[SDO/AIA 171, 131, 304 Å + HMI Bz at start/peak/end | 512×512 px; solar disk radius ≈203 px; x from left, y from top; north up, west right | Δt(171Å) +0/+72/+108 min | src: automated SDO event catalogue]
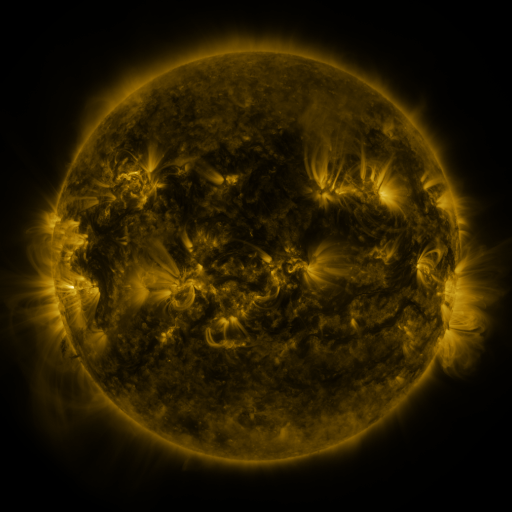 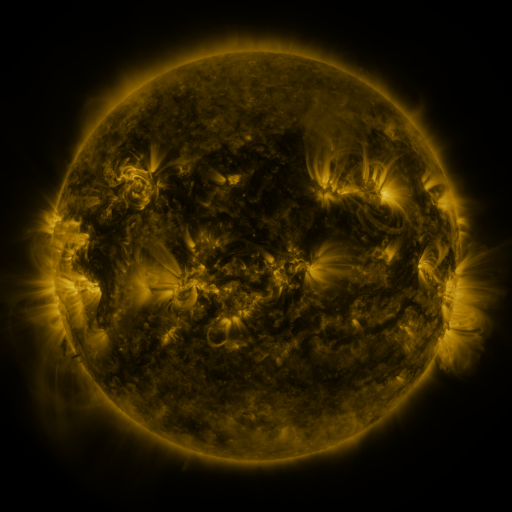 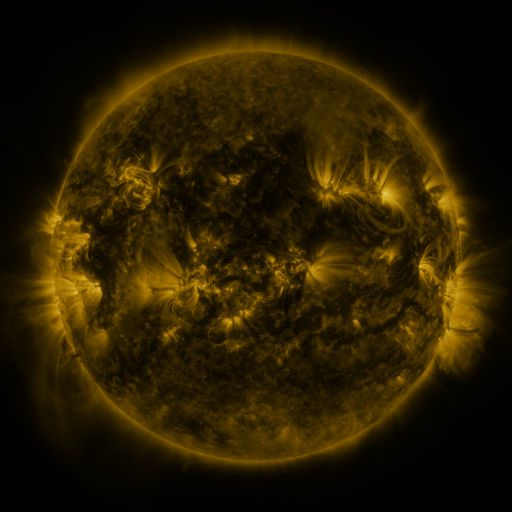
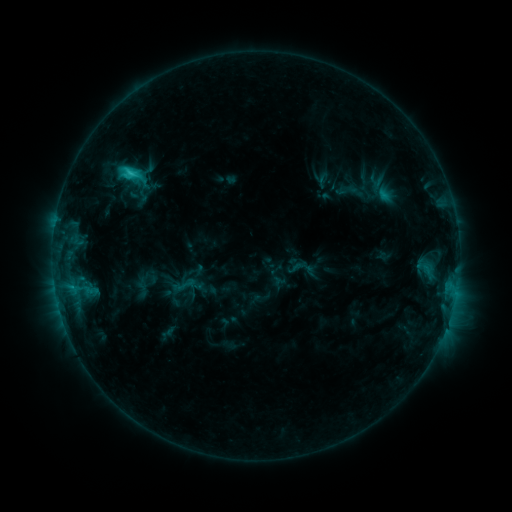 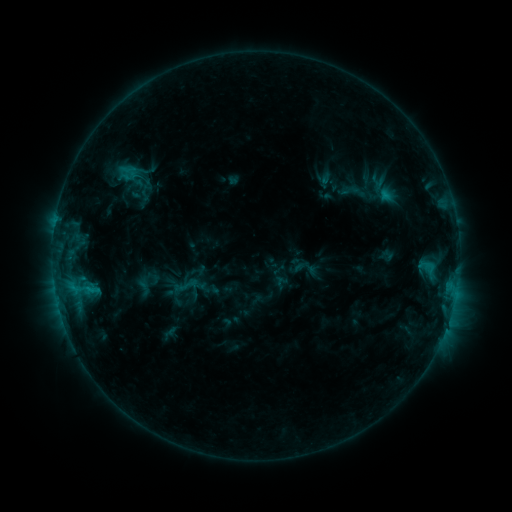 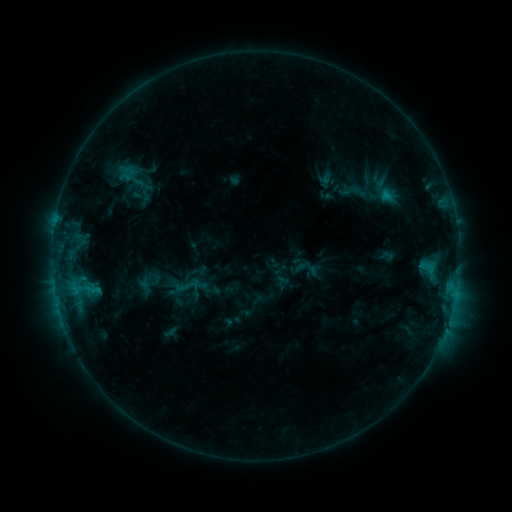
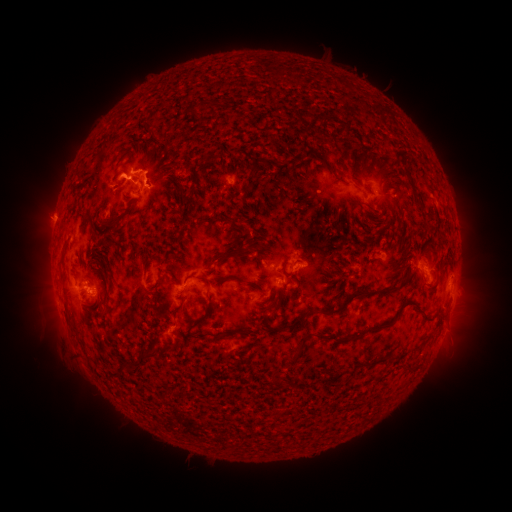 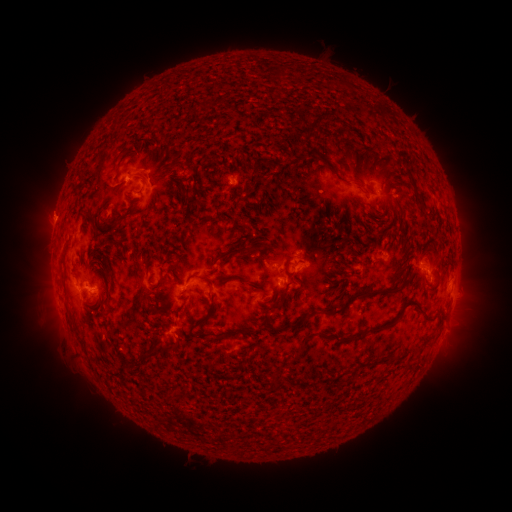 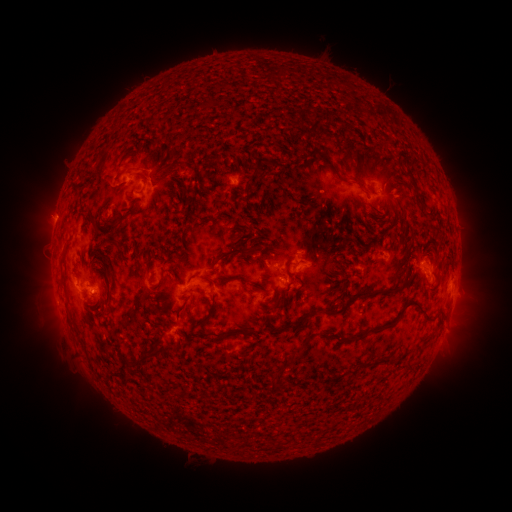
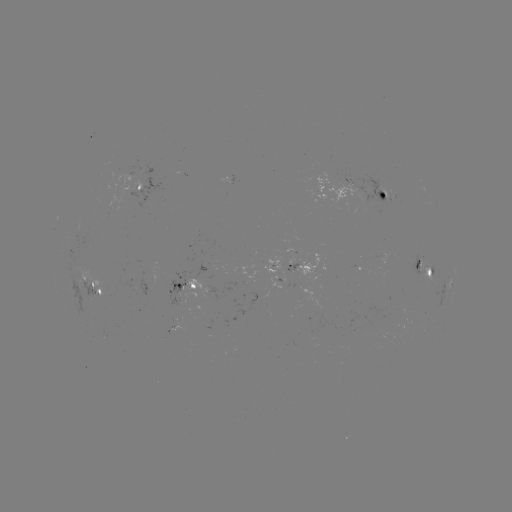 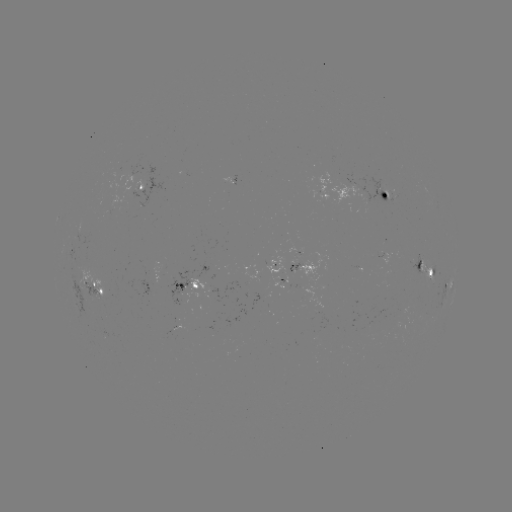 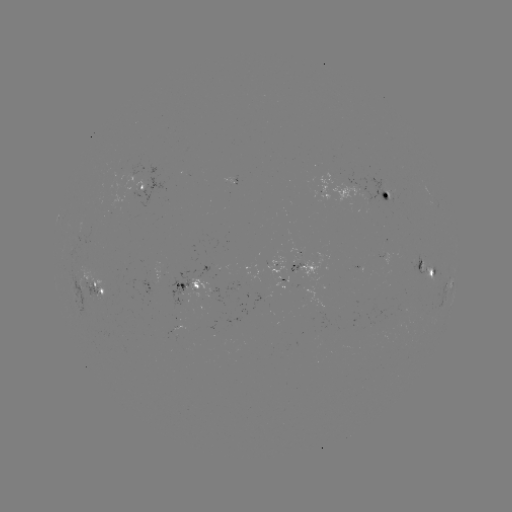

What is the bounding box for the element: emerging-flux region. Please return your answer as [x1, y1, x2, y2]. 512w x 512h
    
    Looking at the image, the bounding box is [290, 253, 298, 263].